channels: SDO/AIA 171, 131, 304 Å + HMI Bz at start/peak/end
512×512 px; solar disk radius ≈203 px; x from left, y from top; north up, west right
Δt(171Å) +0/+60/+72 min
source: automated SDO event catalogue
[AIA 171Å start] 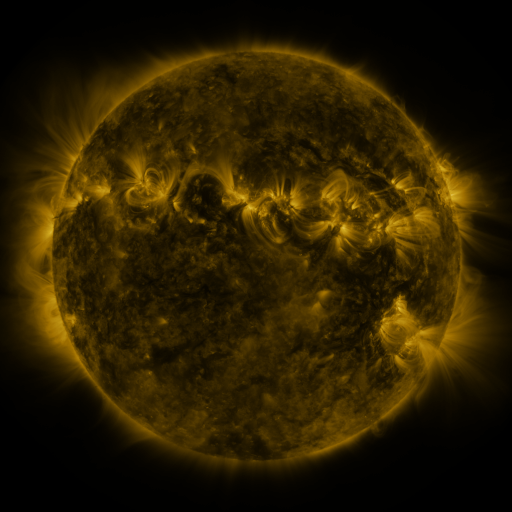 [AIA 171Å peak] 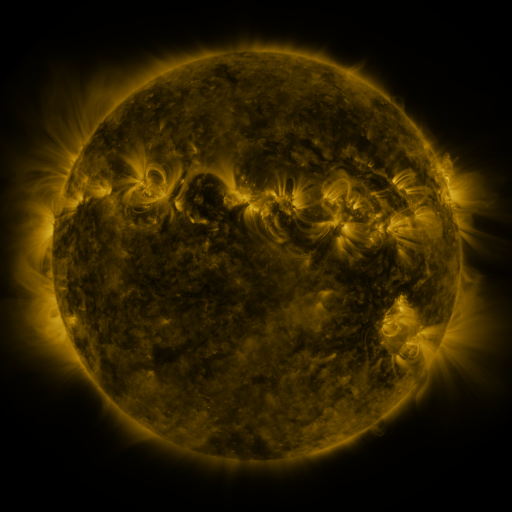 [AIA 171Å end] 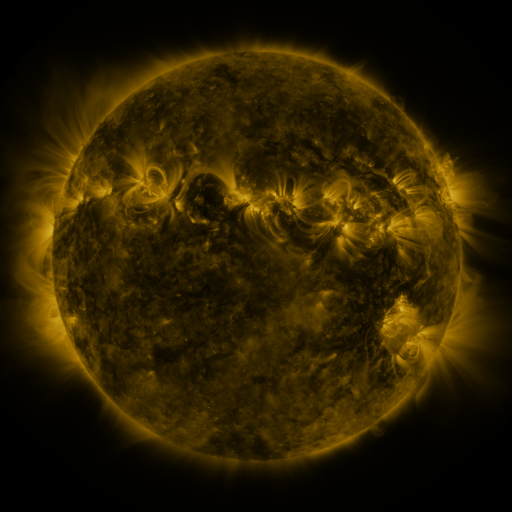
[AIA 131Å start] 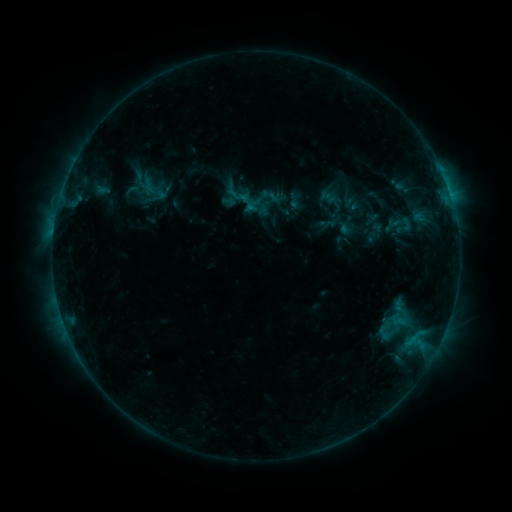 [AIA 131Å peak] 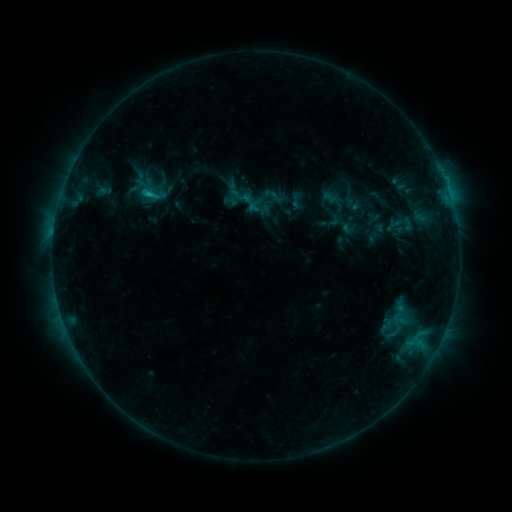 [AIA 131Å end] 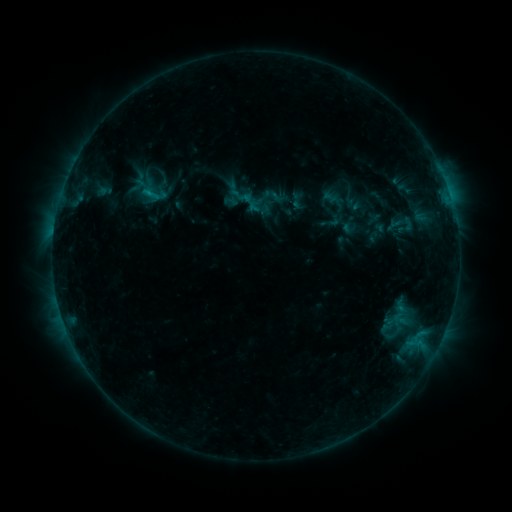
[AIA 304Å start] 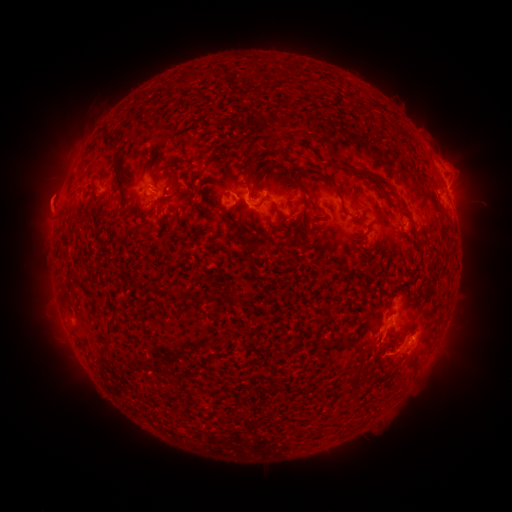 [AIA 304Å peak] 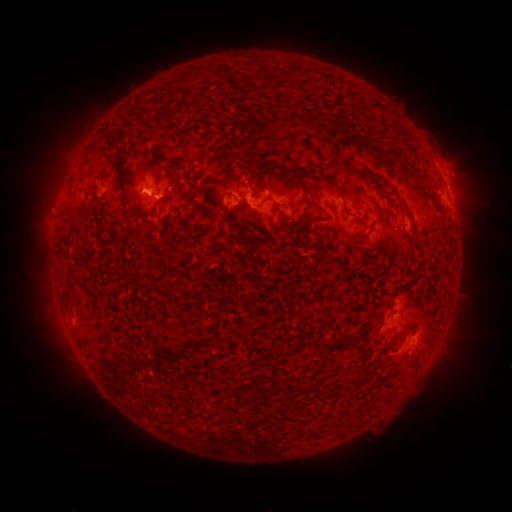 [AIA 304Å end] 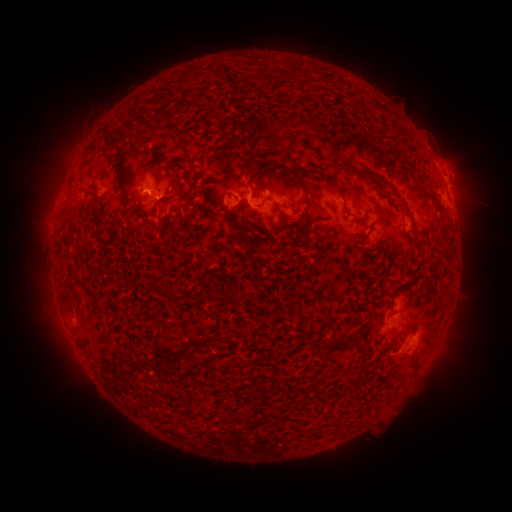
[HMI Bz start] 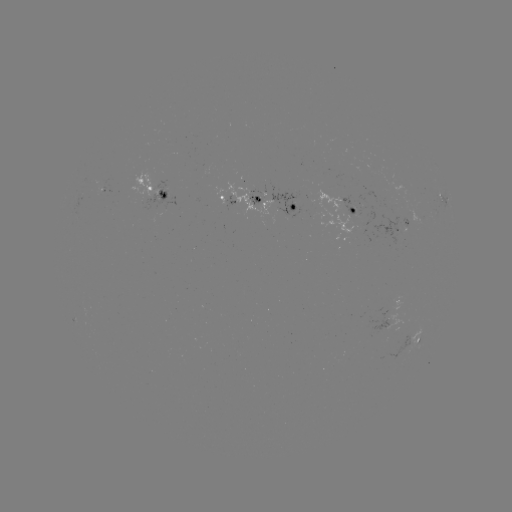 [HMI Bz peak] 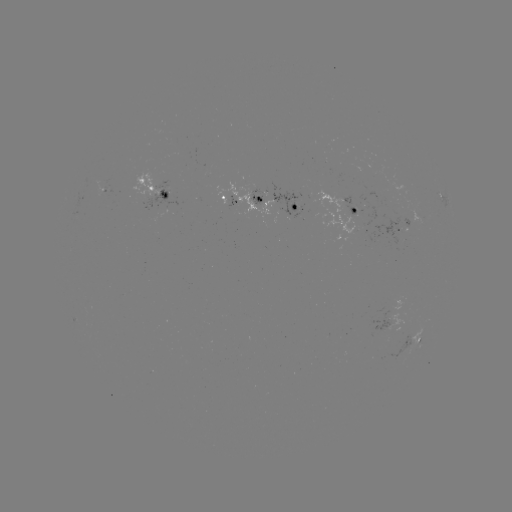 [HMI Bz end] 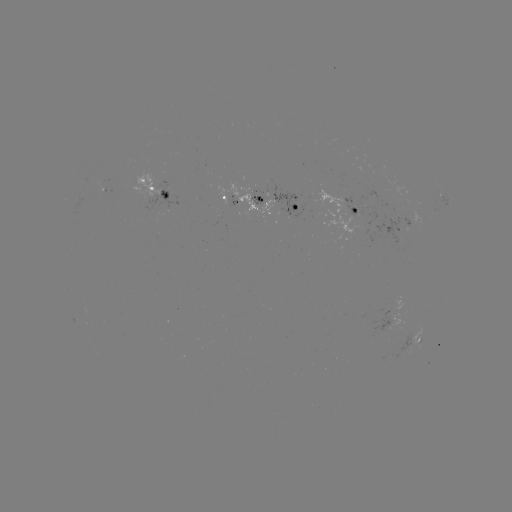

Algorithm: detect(emerging-flux region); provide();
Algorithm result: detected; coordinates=103,184